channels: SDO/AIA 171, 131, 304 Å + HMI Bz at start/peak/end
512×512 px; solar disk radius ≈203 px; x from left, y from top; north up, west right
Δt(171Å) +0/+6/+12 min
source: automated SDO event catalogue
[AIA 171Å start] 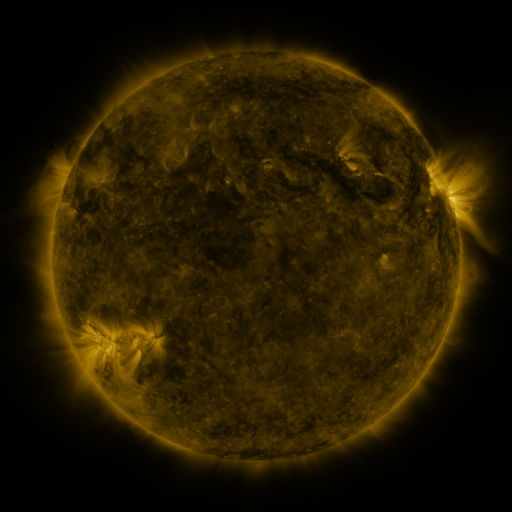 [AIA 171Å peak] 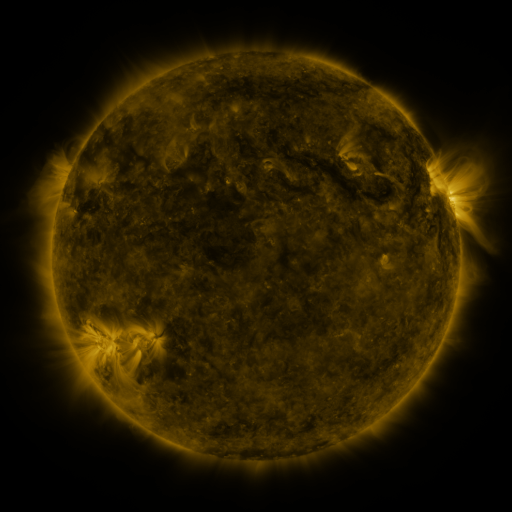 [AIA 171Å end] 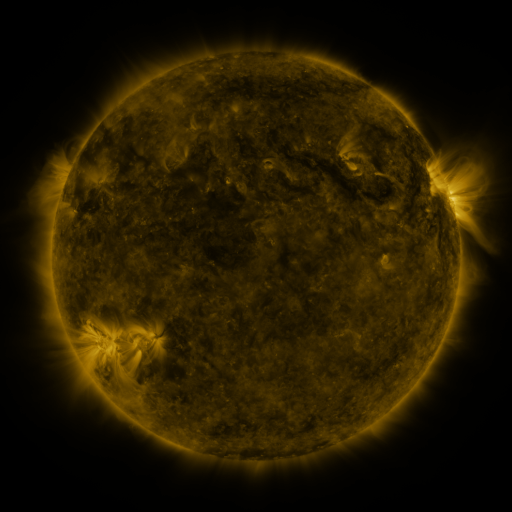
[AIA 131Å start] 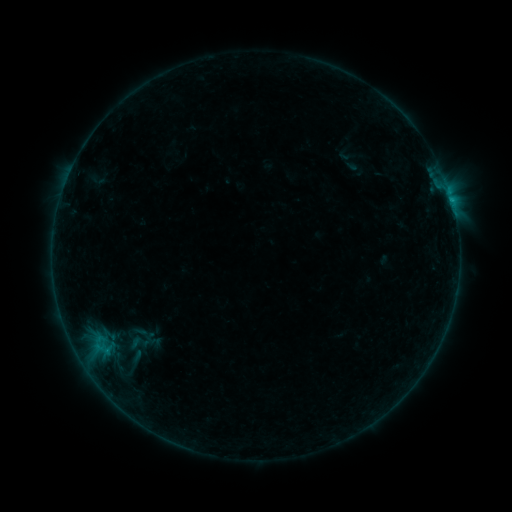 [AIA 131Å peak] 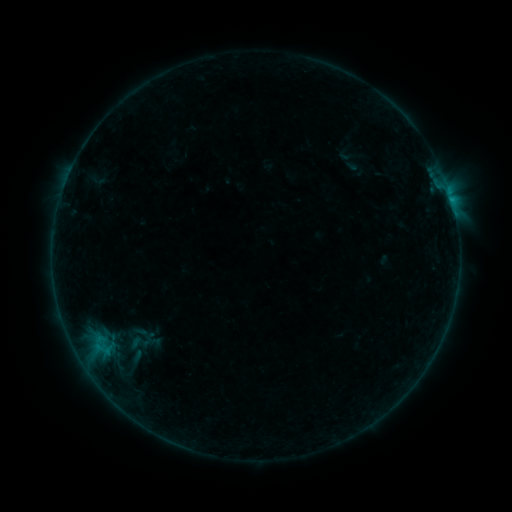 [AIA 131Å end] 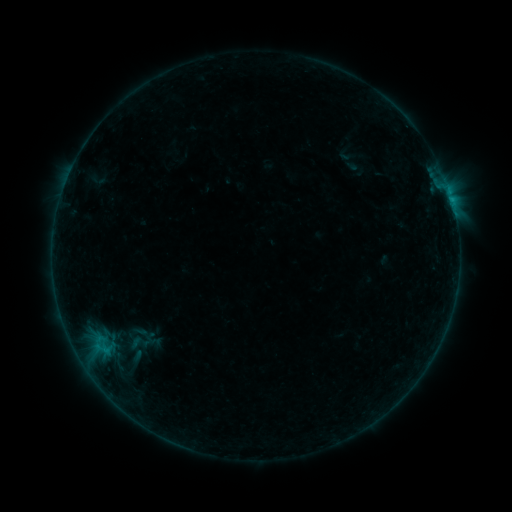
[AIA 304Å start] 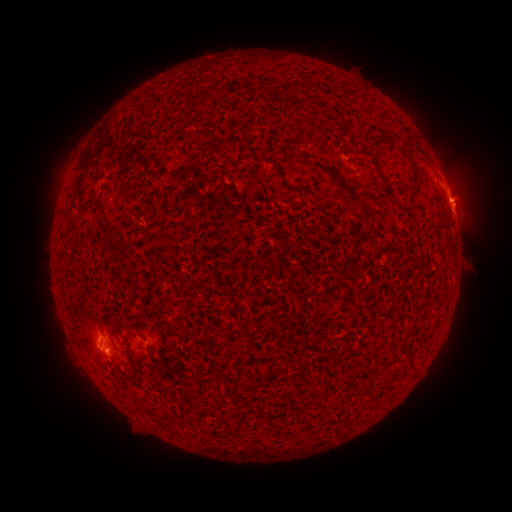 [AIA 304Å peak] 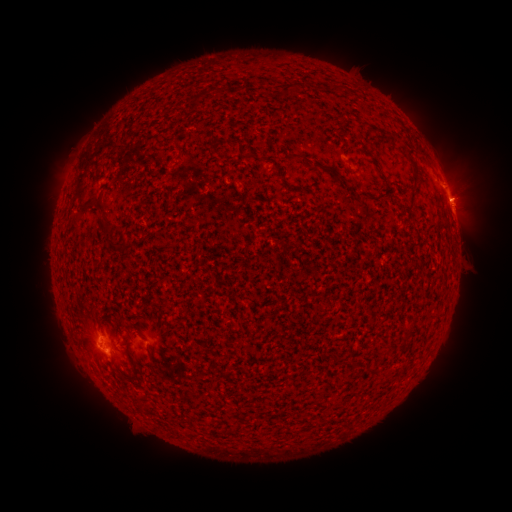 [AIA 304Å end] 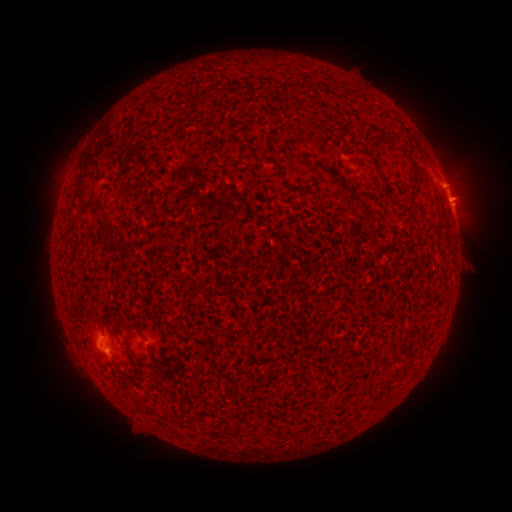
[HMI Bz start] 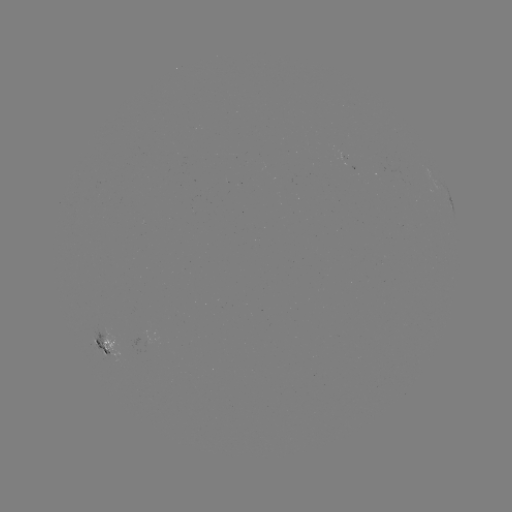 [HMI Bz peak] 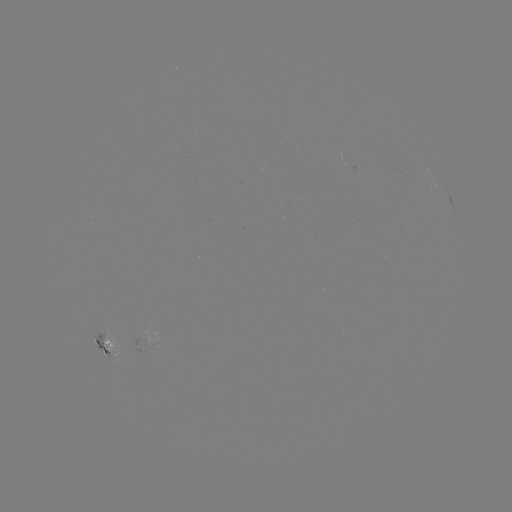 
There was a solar eruption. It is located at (470, 188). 